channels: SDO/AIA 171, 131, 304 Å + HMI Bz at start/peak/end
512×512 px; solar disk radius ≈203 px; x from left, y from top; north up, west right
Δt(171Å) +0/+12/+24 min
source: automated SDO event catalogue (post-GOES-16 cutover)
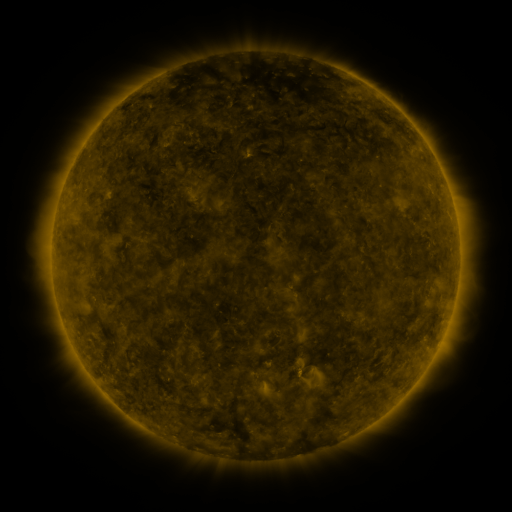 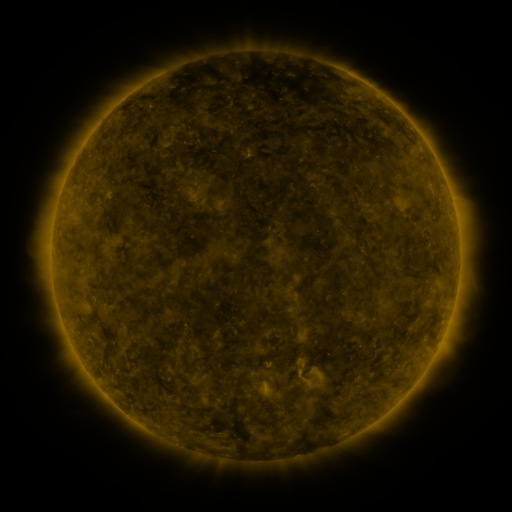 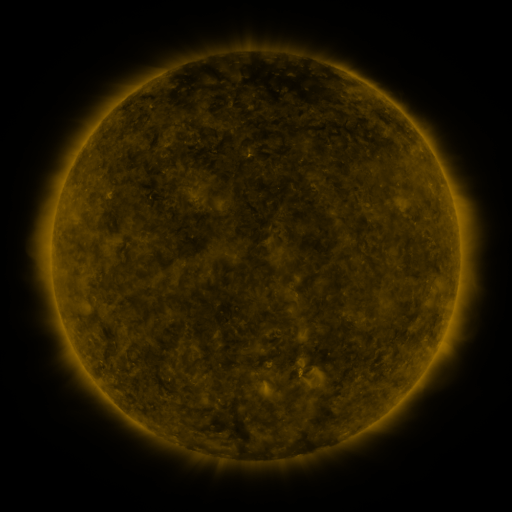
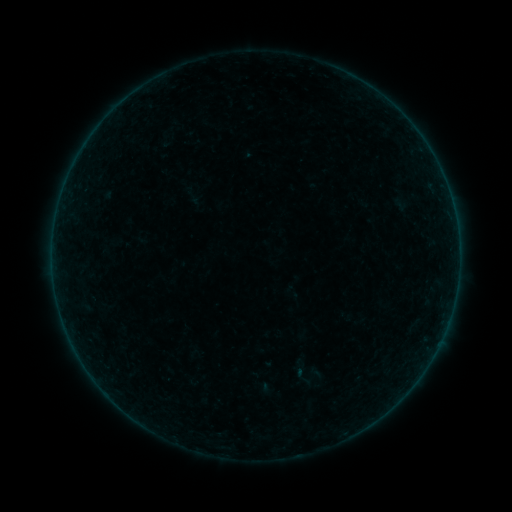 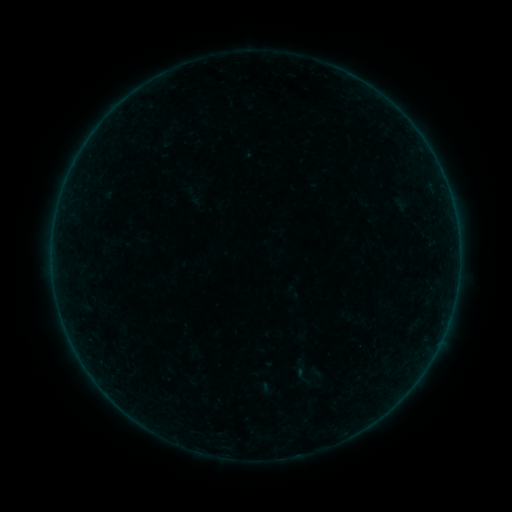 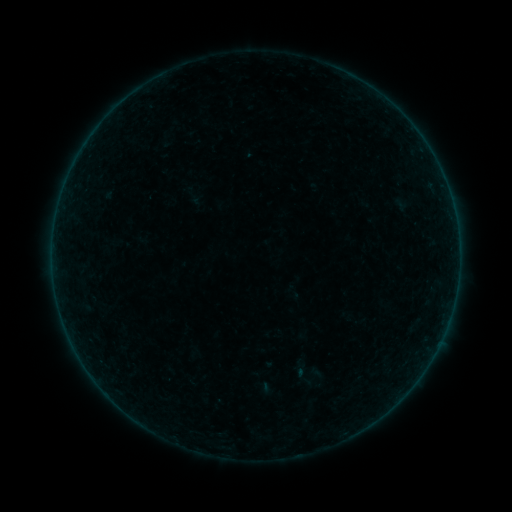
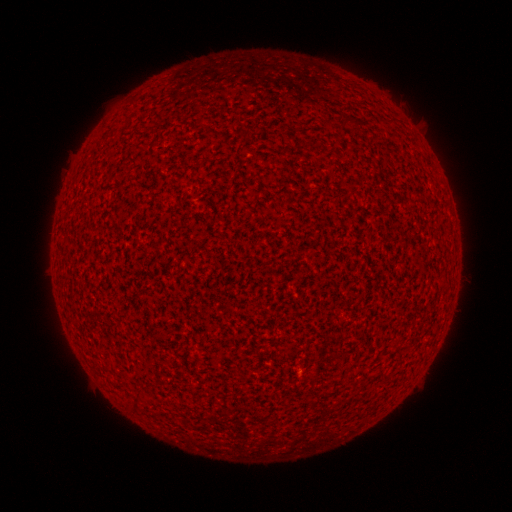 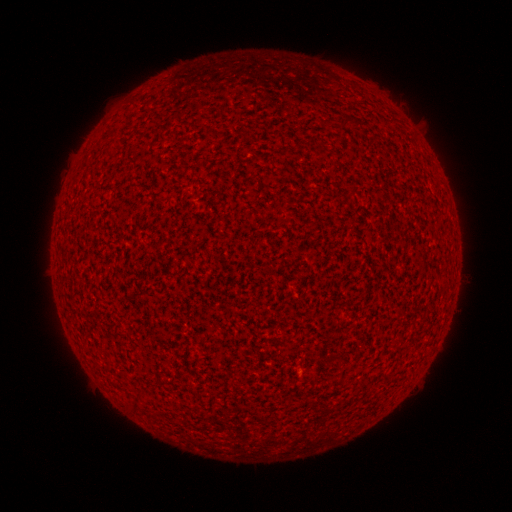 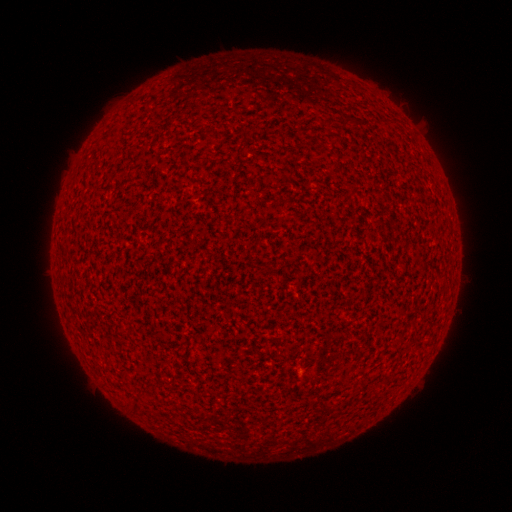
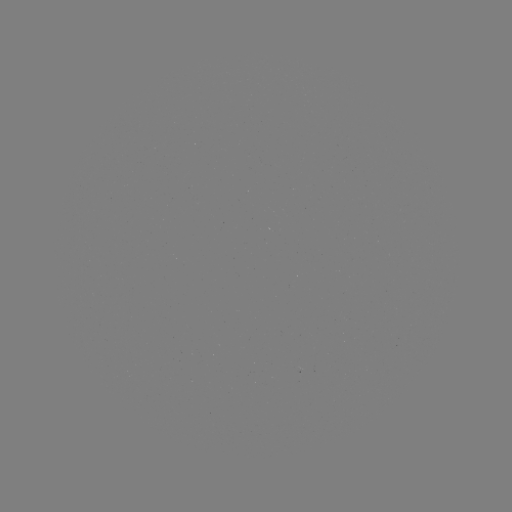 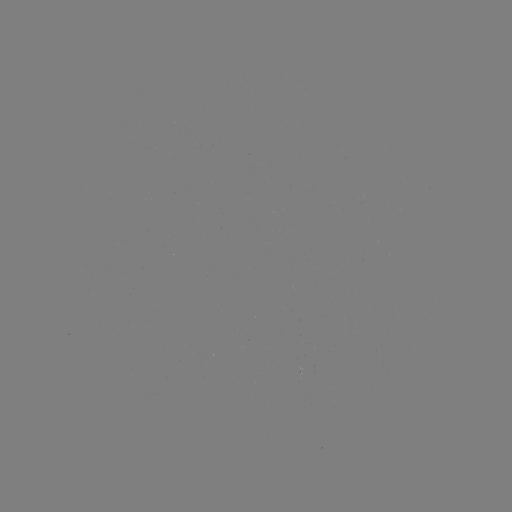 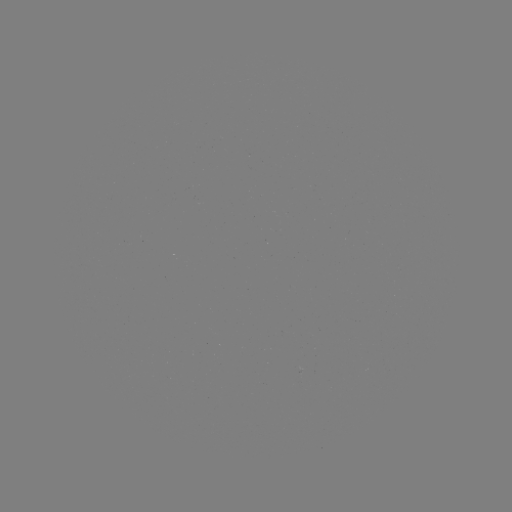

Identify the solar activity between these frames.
no catalogued flare and no flagged EUV brightening in this window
